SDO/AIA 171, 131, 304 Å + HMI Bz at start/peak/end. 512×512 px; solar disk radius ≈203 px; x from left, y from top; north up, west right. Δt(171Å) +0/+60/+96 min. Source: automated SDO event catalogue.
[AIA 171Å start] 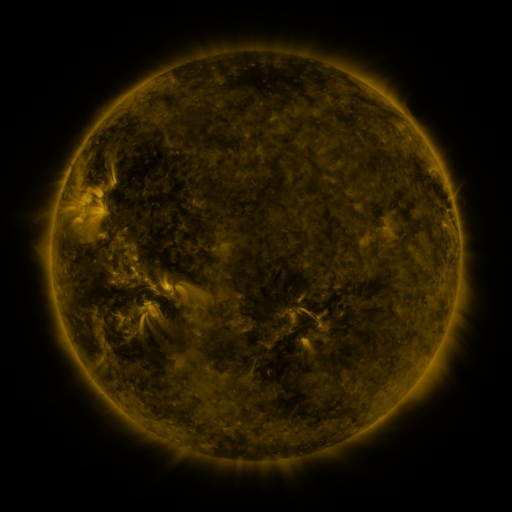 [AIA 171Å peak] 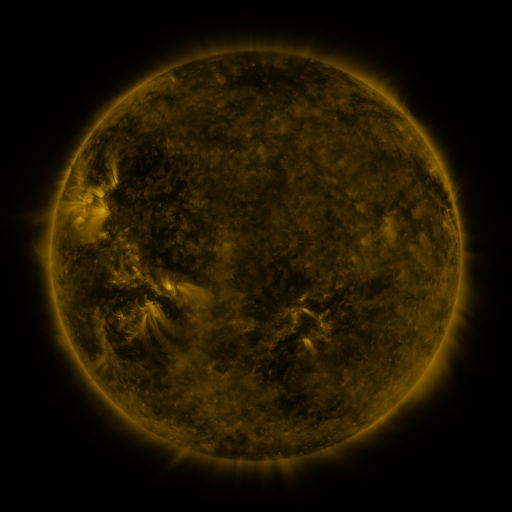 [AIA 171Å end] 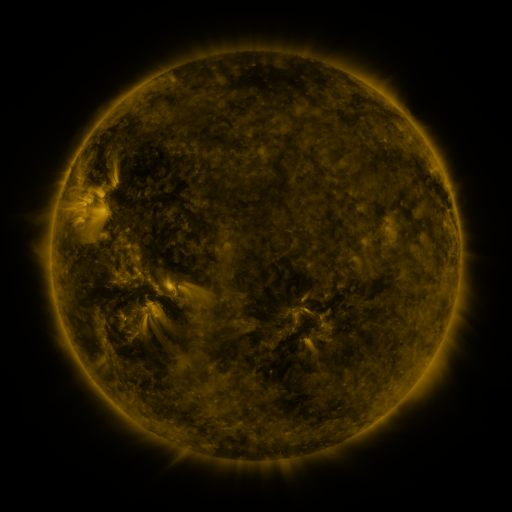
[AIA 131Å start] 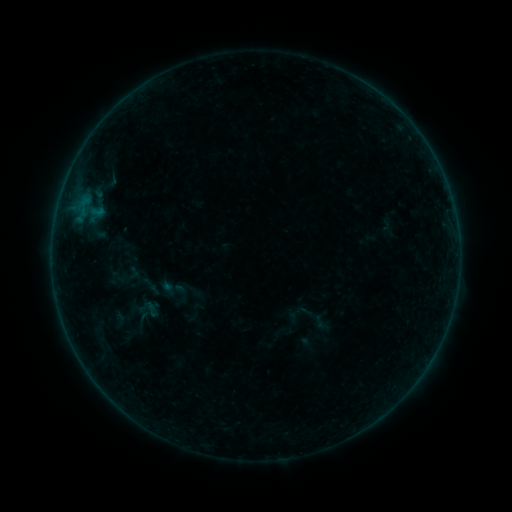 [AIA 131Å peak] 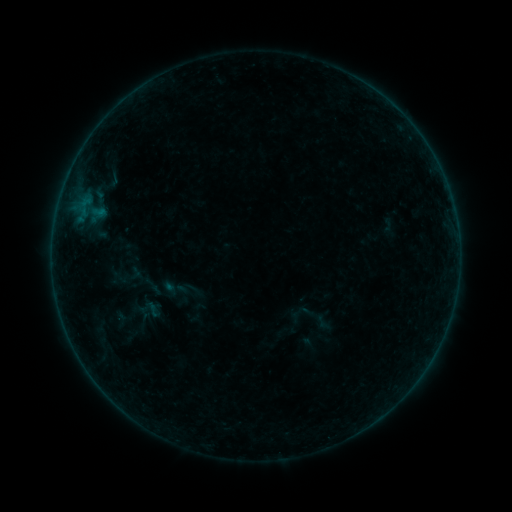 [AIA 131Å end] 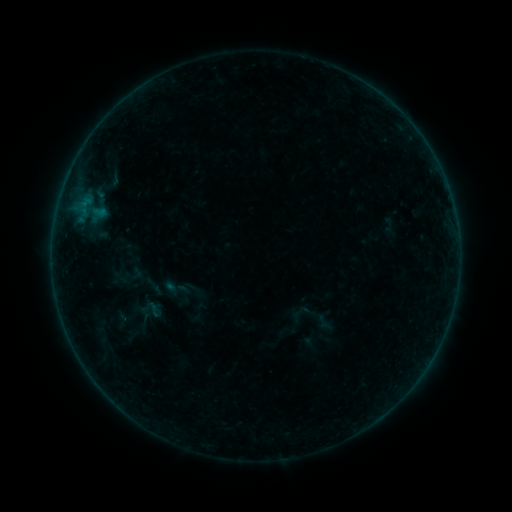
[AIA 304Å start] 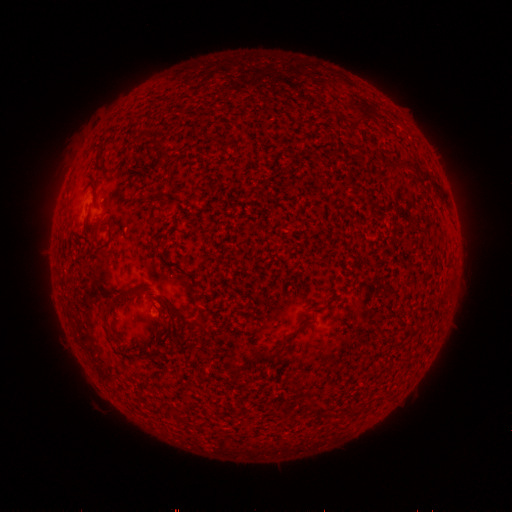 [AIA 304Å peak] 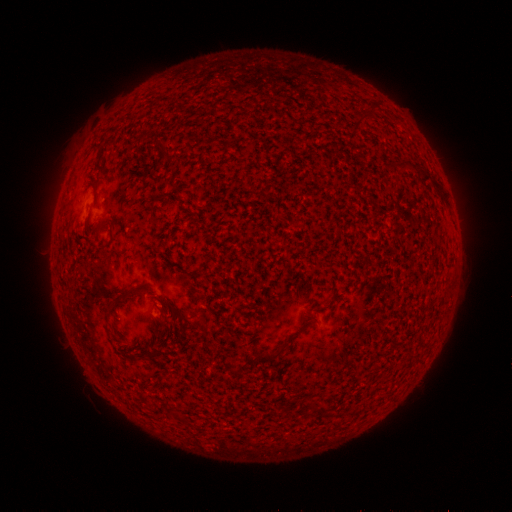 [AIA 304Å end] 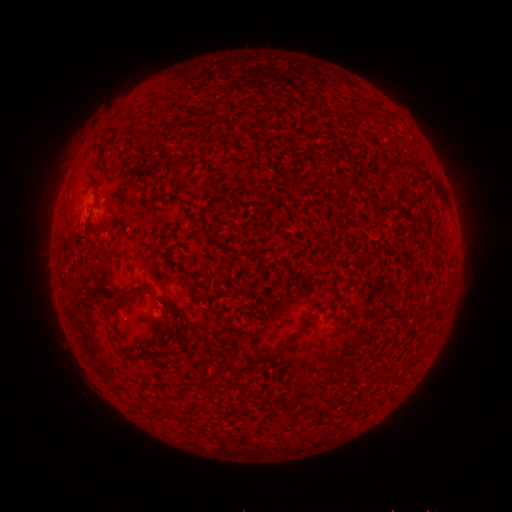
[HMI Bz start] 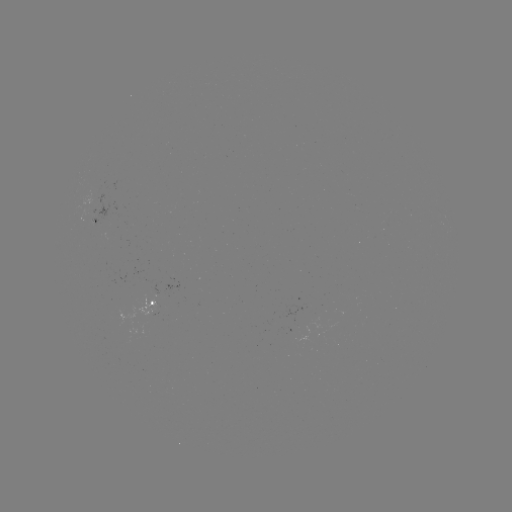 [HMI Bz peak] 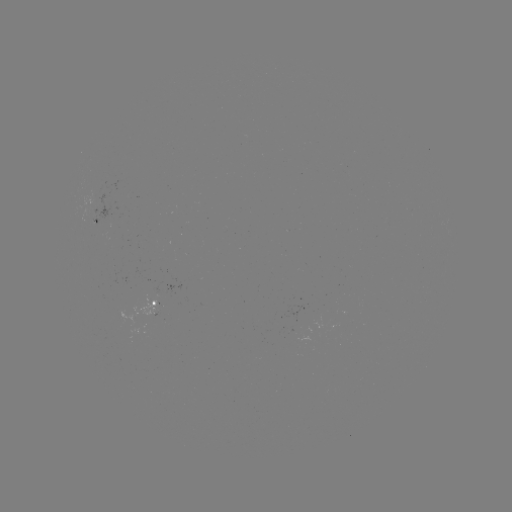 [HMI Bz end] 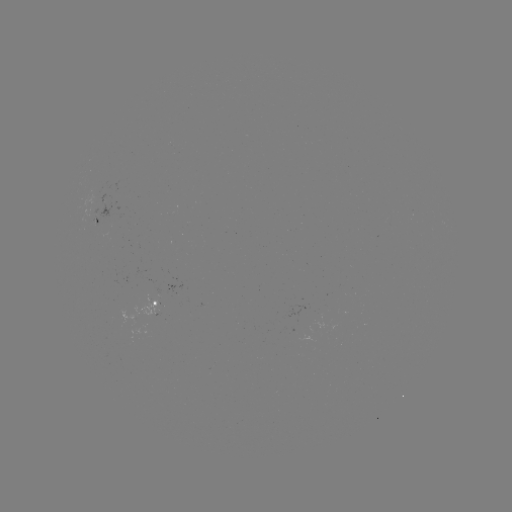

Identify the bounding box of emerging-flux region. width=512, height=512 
[124, 311, 160, 341].